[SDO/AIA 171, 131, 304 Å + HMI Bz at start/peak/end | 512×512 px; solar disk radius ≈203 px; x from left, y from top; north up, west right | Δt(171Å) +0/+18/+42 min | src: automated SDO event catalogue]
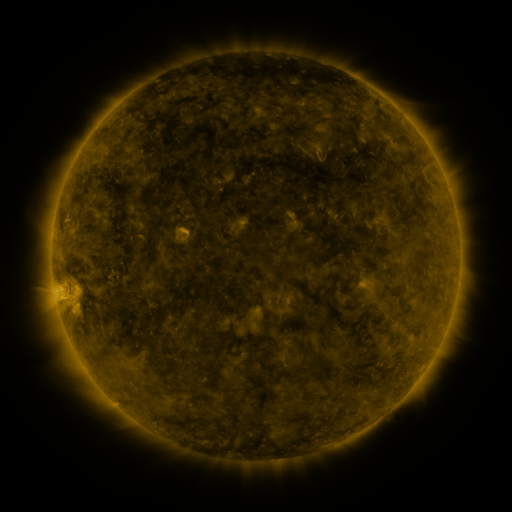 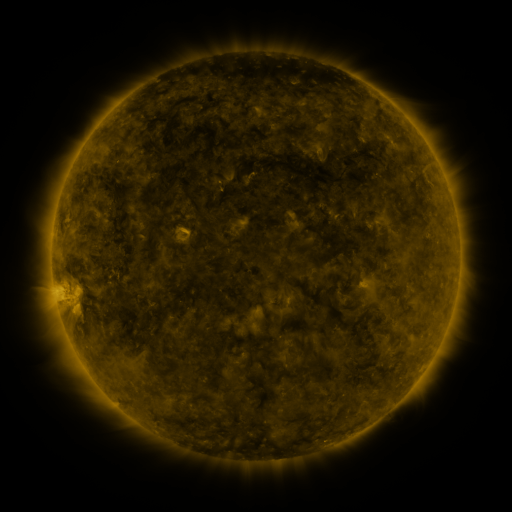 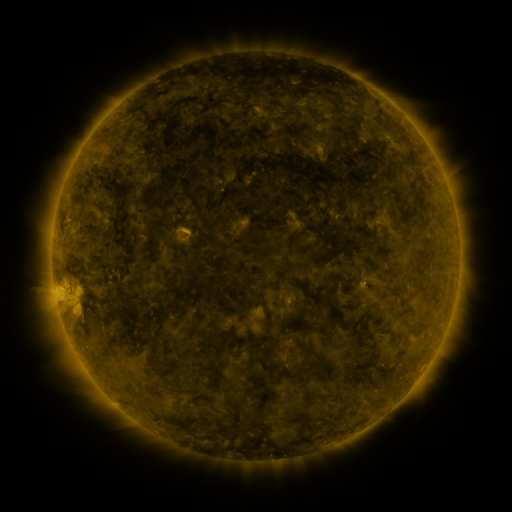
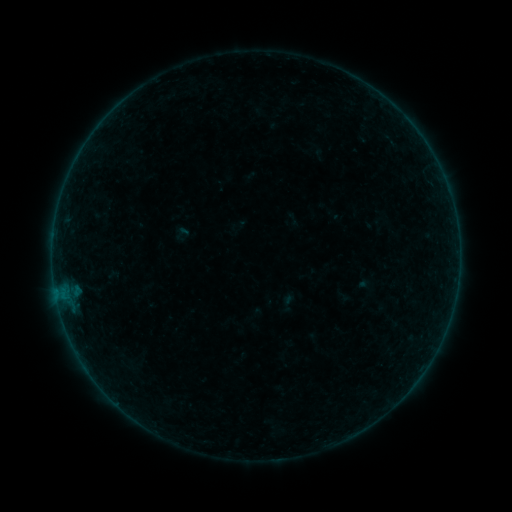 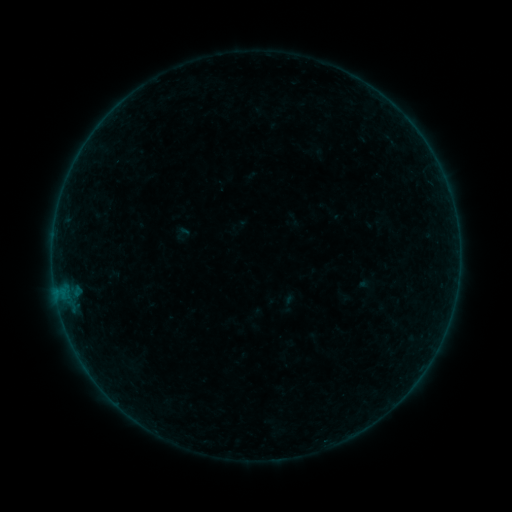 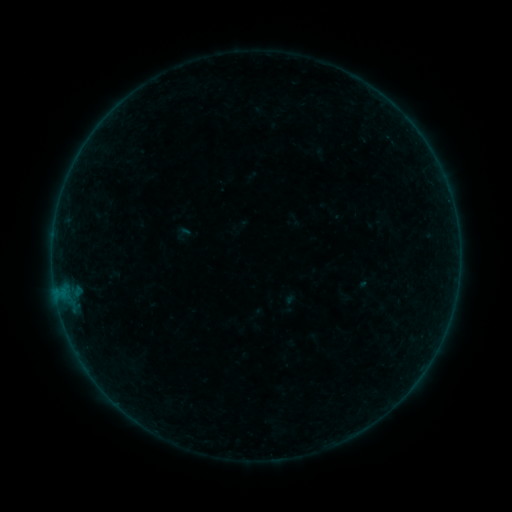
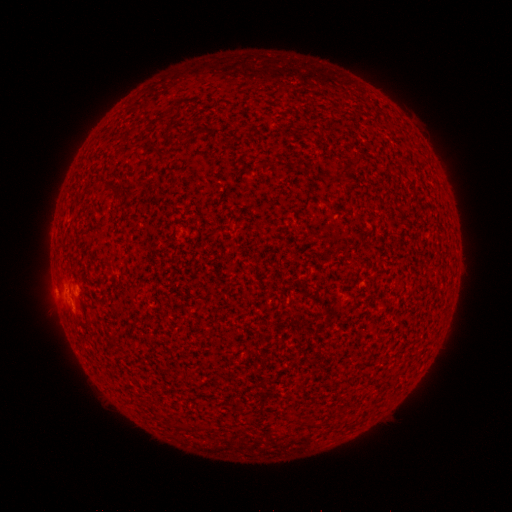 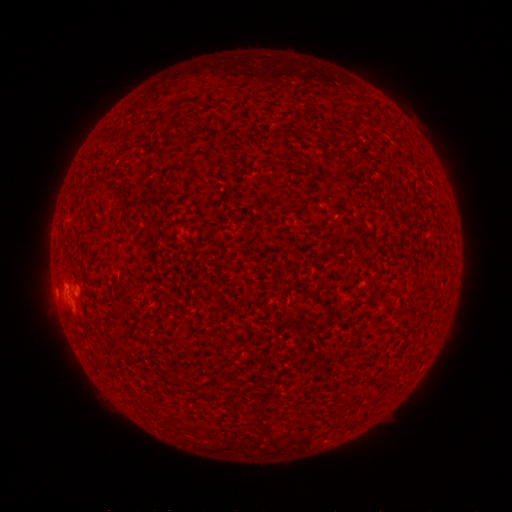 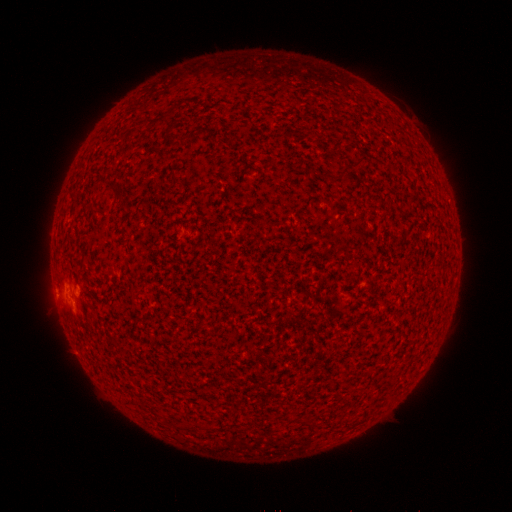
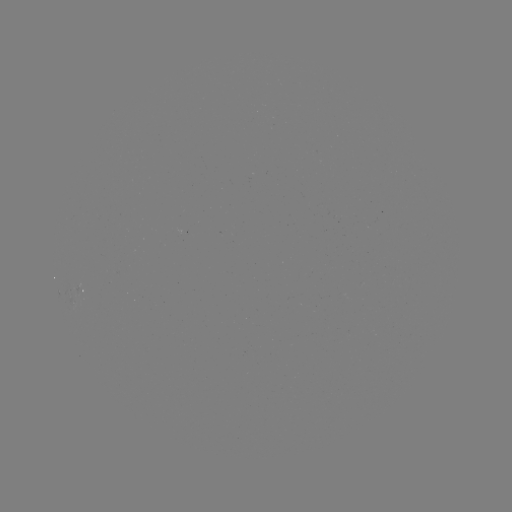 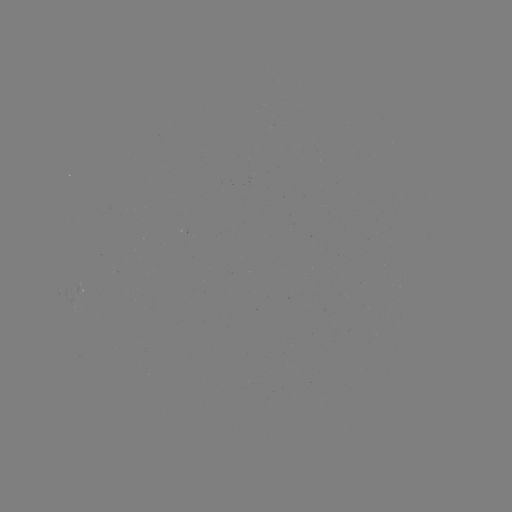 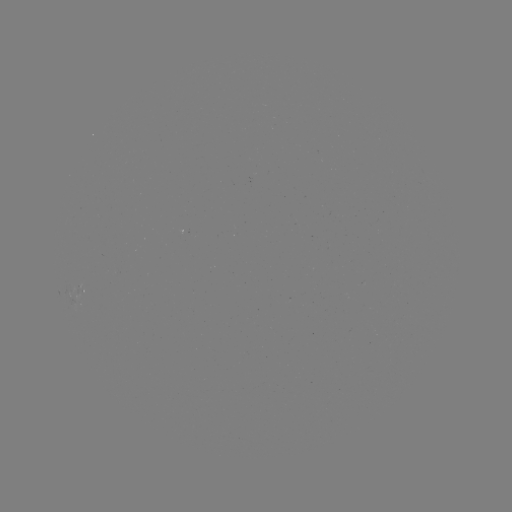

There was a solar flare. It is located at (62, 290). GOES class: A7.9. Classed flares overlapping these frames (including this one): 1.